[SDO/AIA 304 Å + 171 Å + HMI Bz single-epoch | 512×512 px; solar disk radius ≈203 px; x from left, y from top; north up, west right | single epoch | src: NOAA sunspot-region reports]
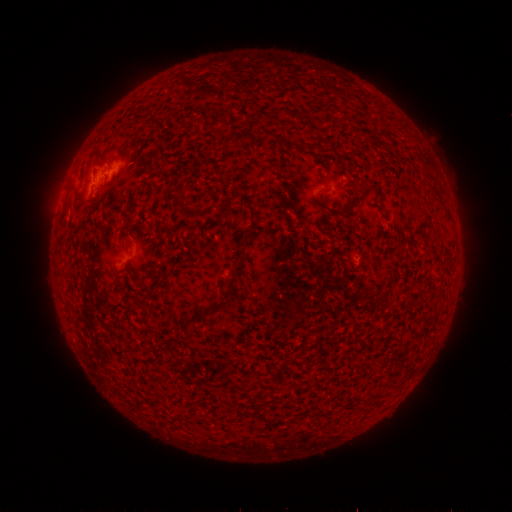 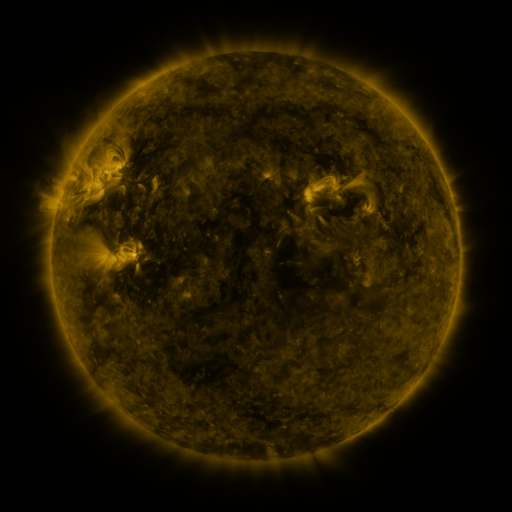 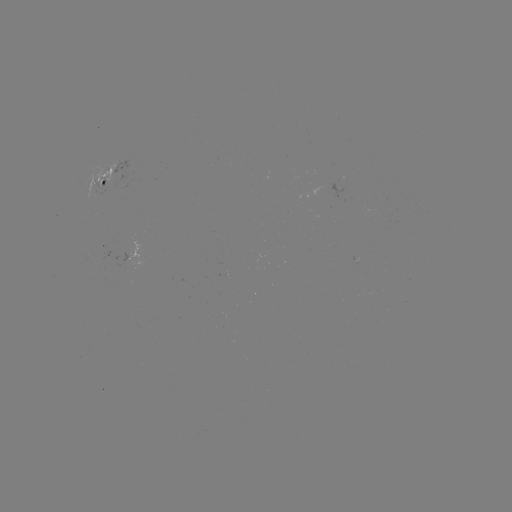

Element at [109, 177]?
spotted active region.